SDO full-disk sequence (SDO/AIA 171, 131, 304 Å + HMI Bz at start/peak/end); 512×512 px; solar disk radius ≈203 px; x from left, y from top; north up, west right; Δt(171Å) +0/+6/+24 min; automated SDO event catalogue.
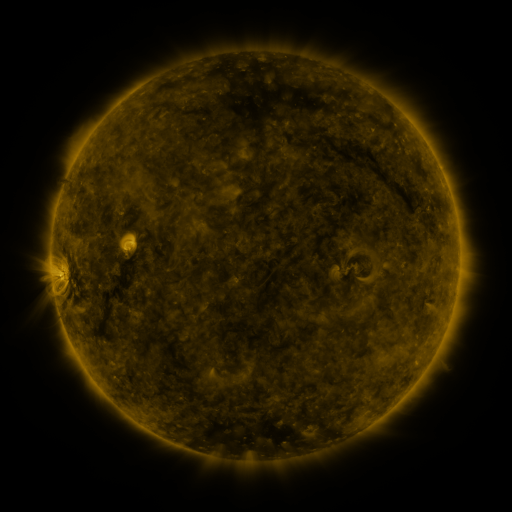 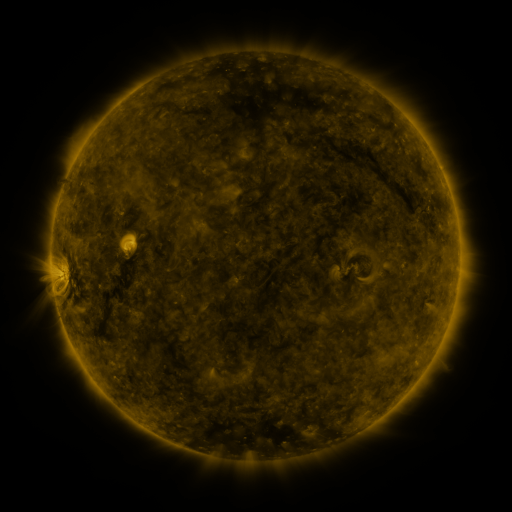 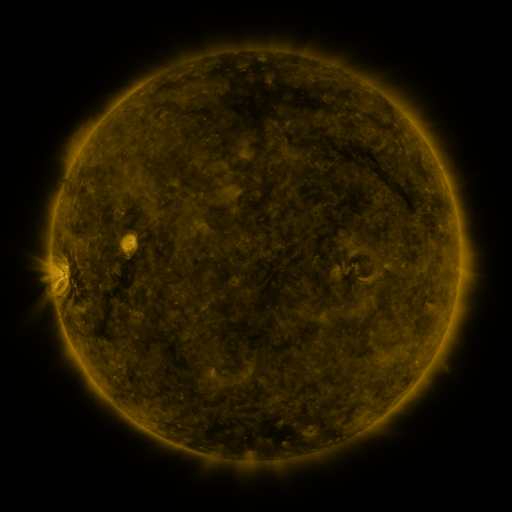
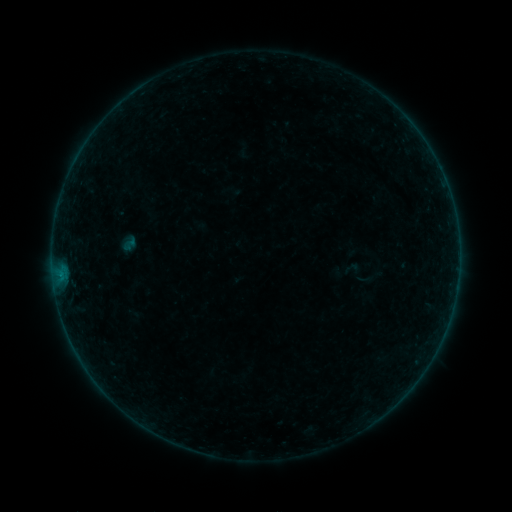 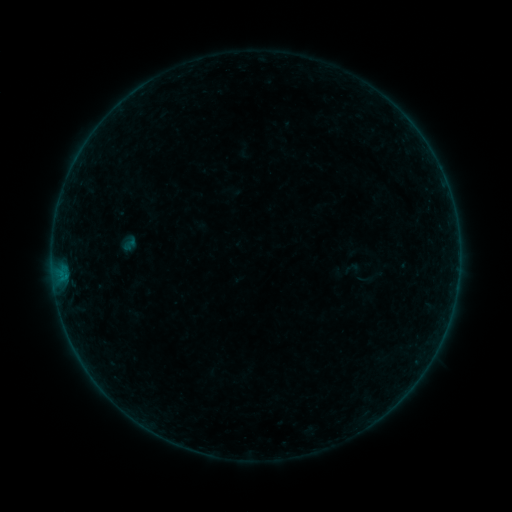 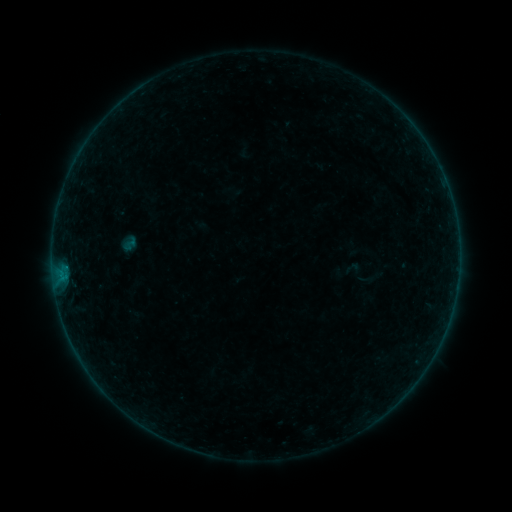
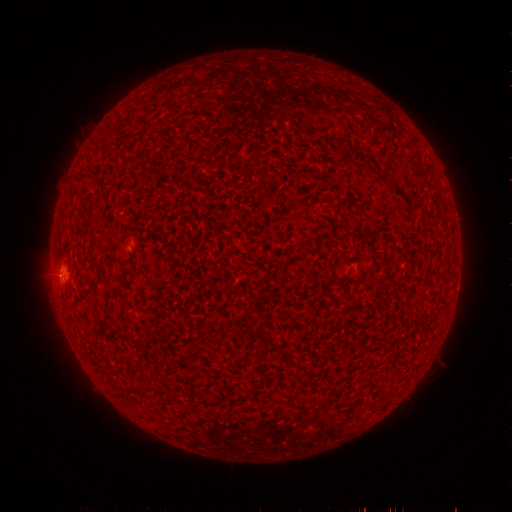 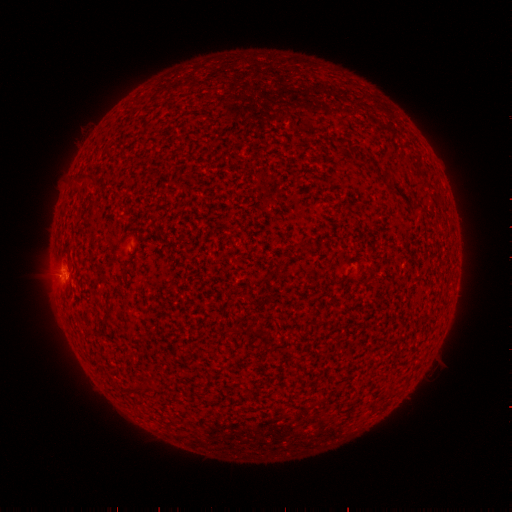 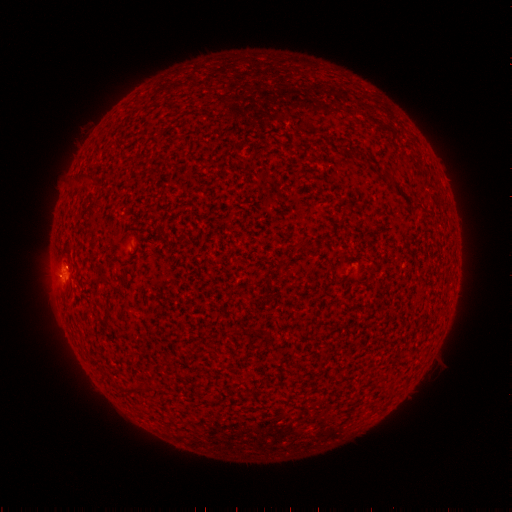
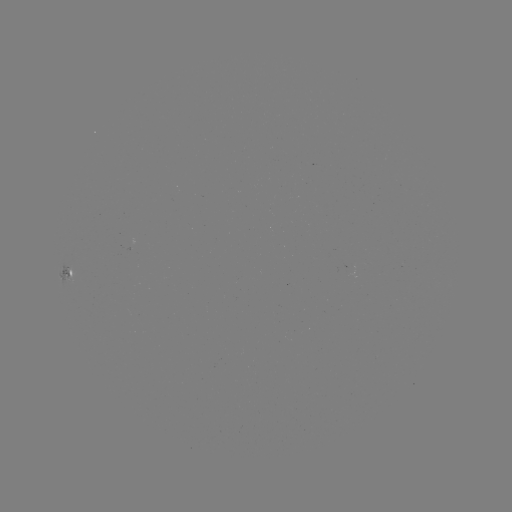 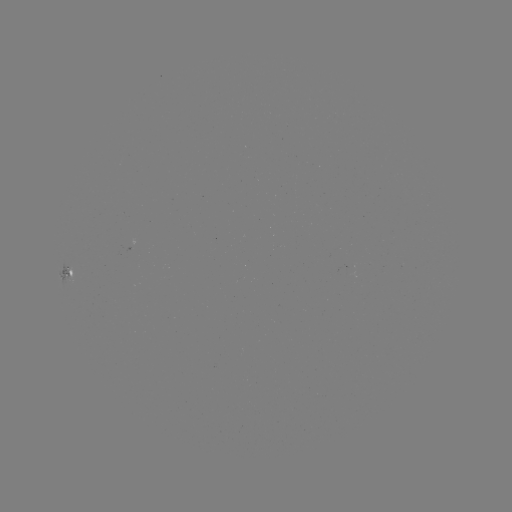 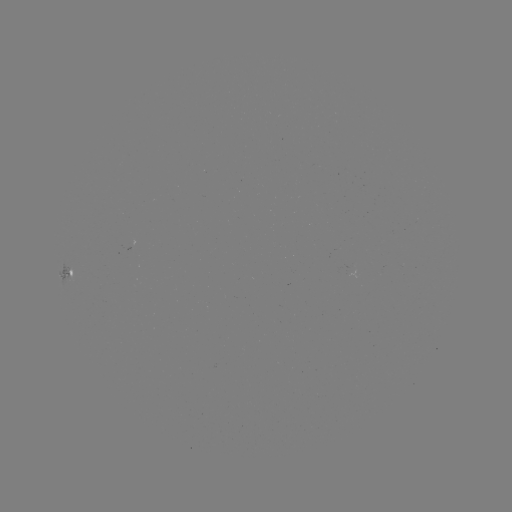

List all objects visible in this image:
B1.6 flare: (66, 276)
